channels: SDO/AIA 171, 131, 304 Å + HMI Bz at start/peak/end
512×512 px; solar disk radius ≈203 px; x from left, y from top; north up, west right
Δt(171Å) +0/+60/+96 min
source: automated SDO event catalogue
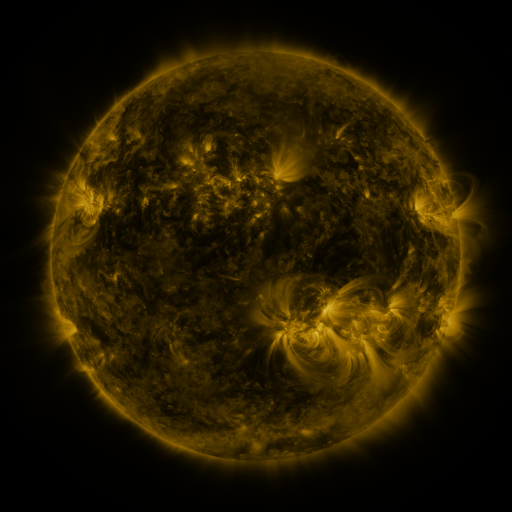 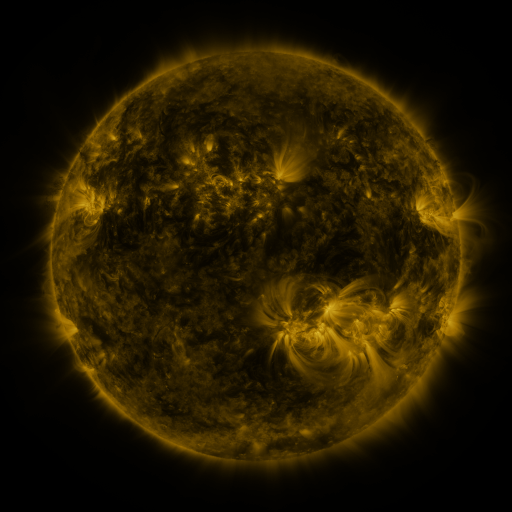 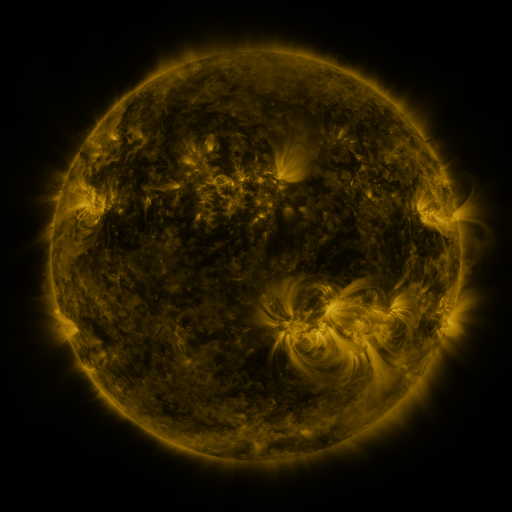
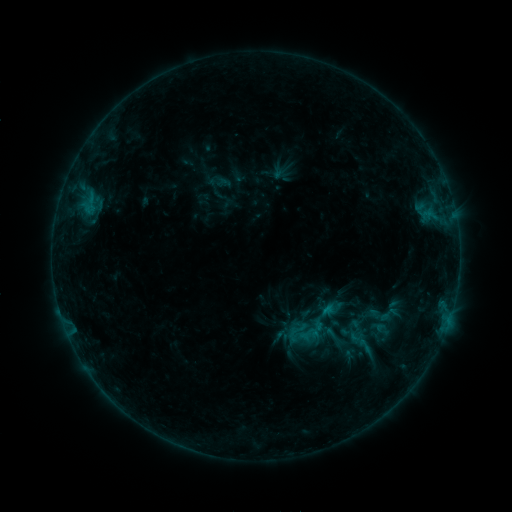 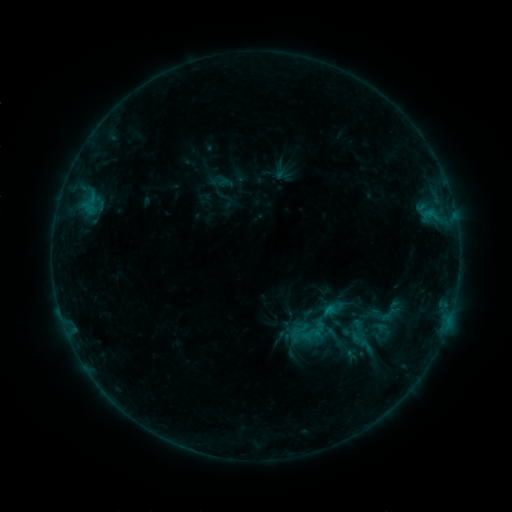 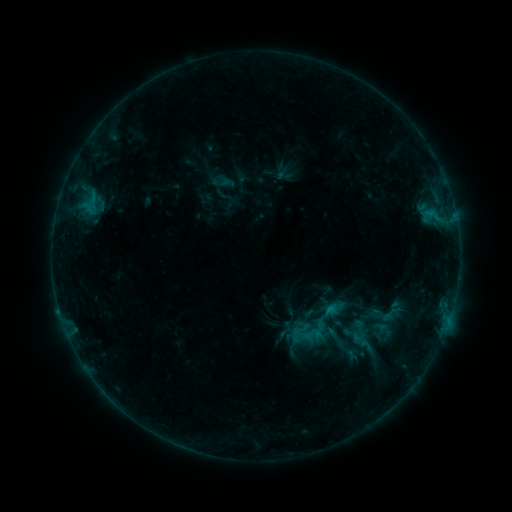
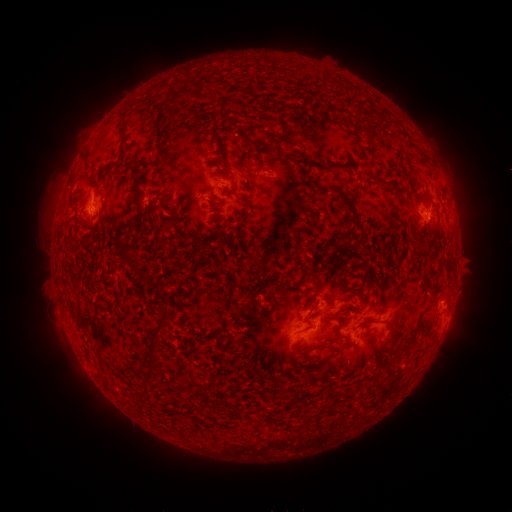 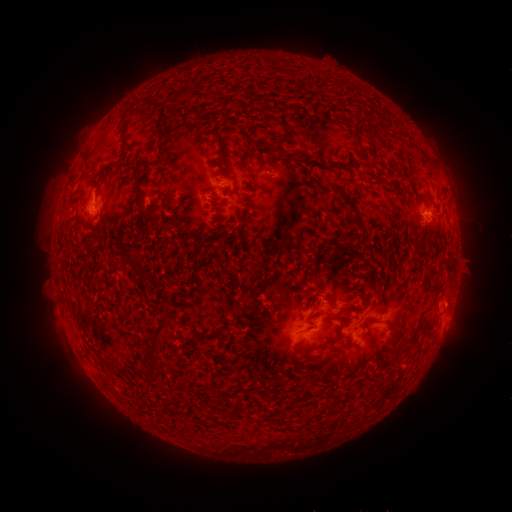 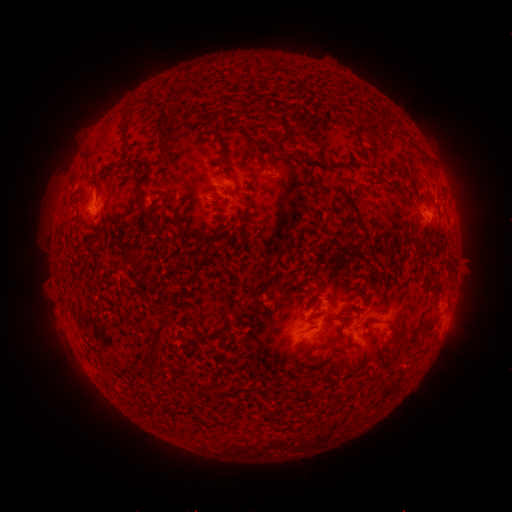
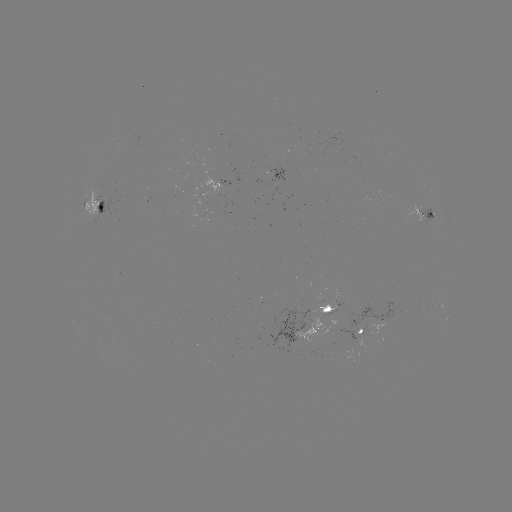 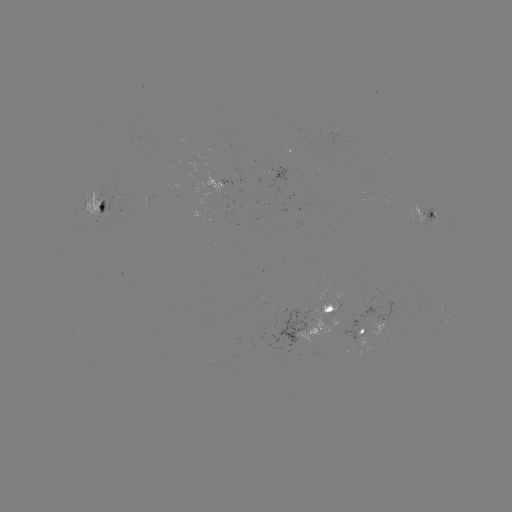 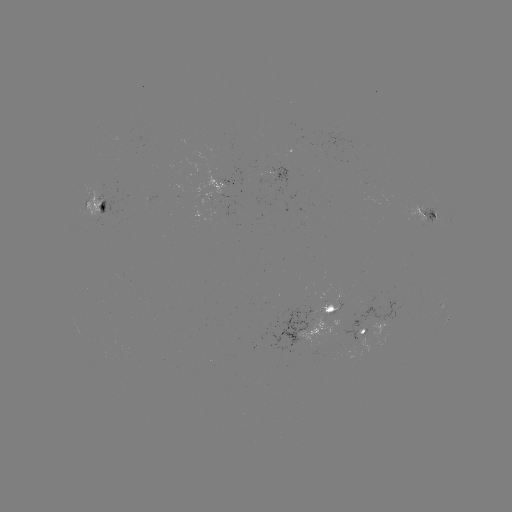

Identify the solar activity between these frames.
emerging-flux region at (225, 187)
